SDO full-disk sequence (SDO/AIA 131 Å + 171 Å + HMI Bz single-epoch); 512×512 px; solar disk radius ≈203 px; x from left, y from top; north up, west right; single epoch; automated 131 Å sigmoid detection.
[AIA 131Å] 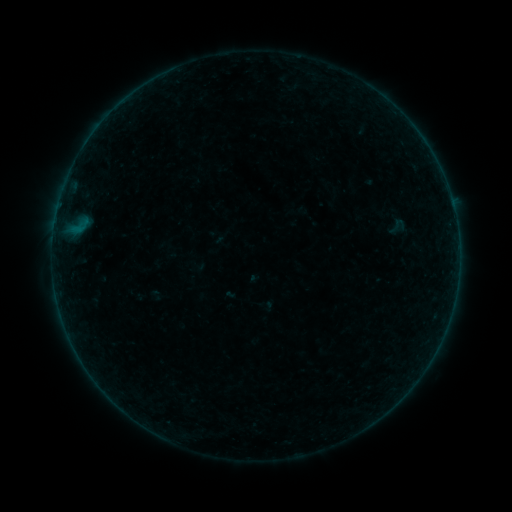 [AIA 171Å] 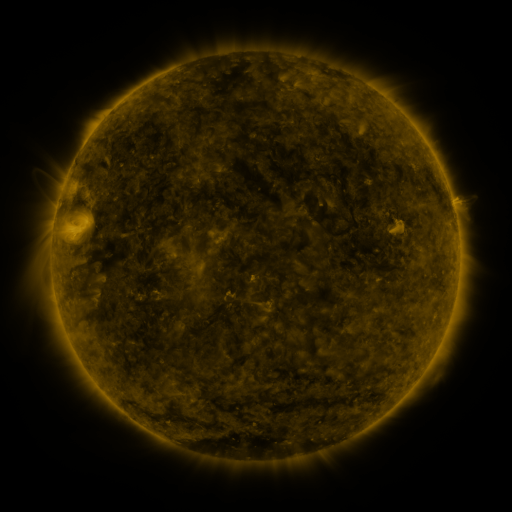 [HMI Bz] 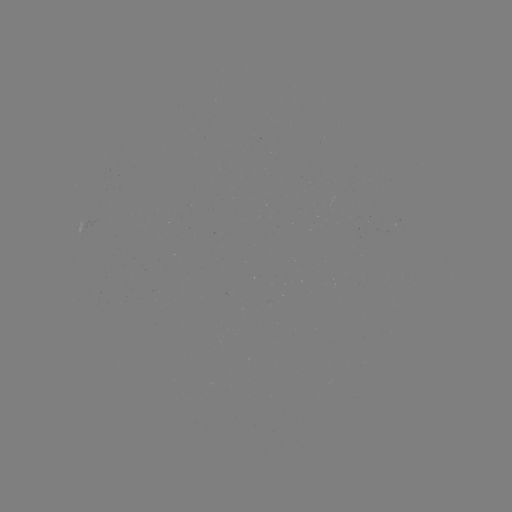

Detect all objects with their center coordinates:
sigmoid: (398, 226)
